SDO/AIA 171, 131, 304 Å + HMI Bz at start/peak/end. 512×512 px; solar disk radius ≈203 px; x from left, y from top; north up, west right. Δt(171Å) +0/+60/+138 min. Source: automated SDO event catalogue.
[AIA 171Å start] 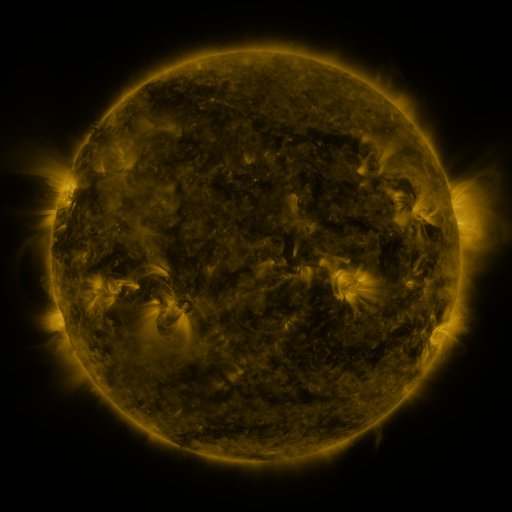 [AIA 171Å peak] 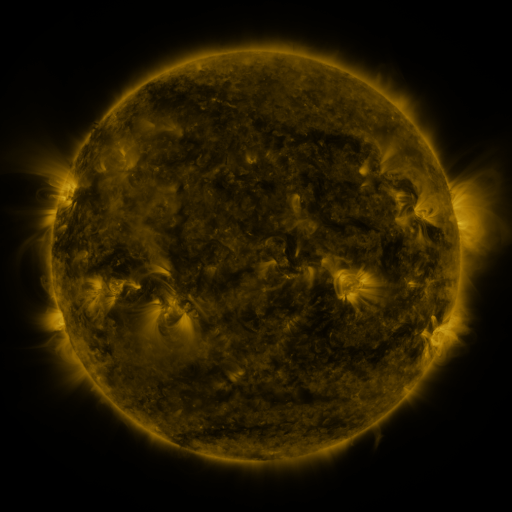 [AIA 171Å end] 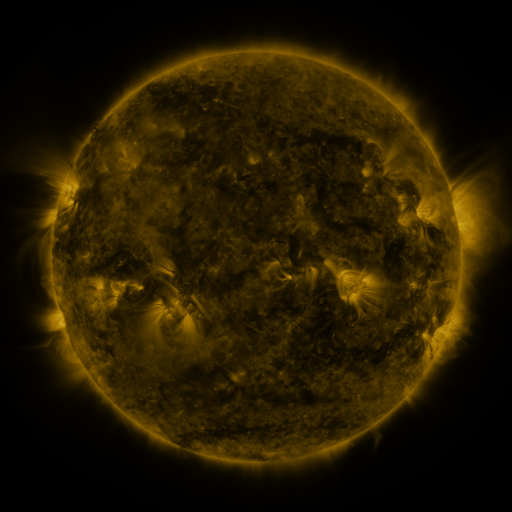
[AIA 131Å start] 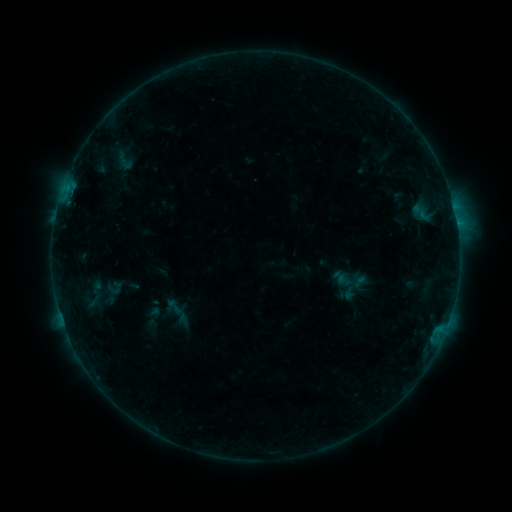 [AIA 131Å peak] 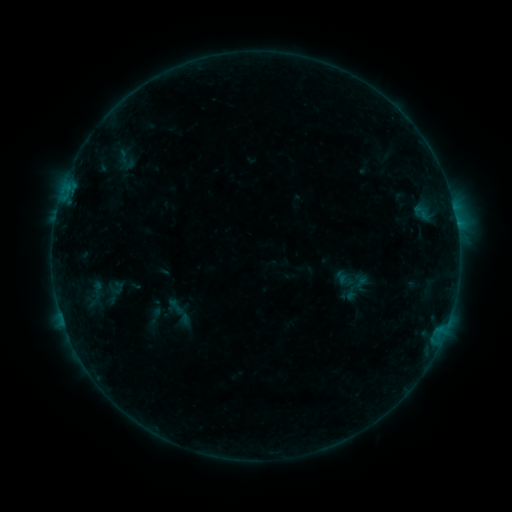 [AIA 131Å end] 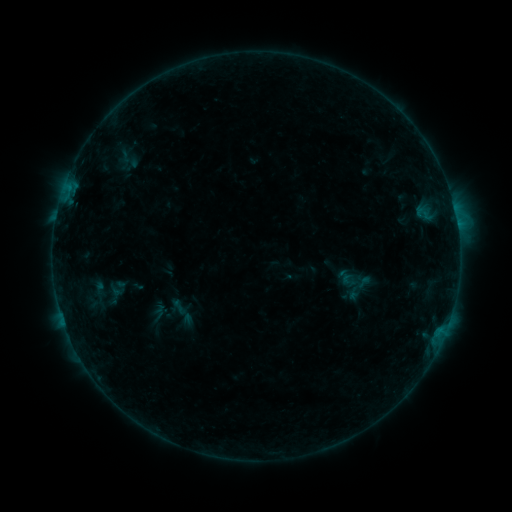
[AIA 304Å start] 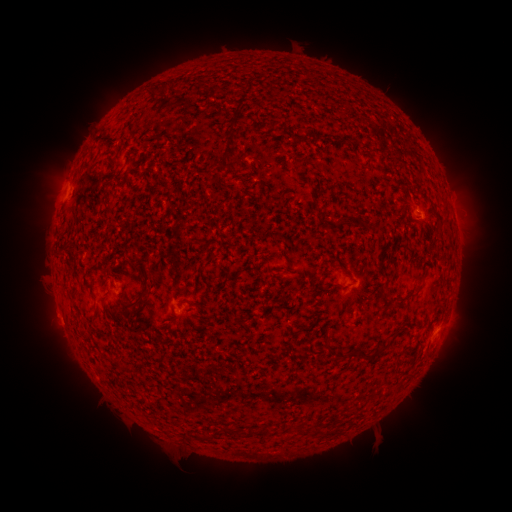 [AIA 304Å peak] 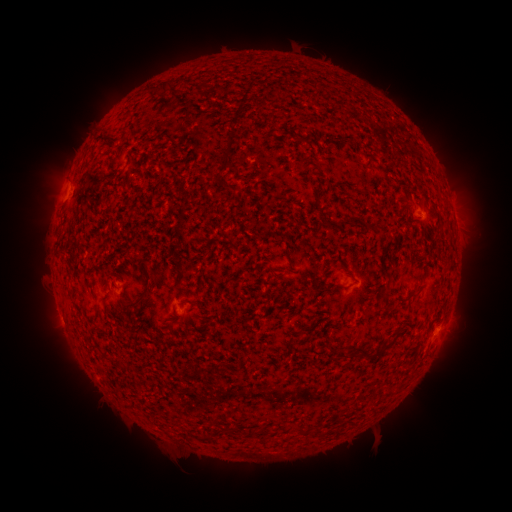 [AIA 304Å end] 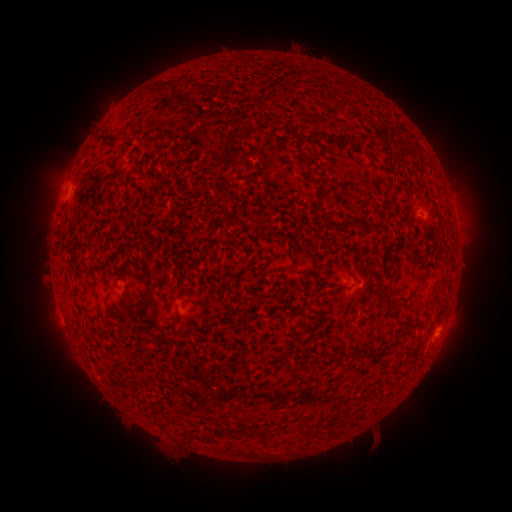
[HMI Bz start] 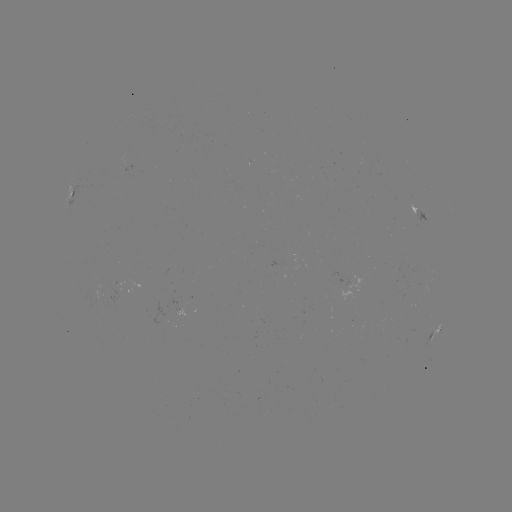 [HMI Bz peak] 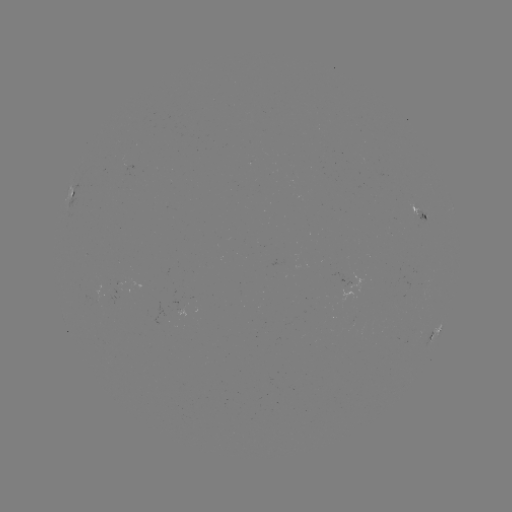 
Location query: emerging-flux region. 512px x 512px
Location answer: (180, 301).